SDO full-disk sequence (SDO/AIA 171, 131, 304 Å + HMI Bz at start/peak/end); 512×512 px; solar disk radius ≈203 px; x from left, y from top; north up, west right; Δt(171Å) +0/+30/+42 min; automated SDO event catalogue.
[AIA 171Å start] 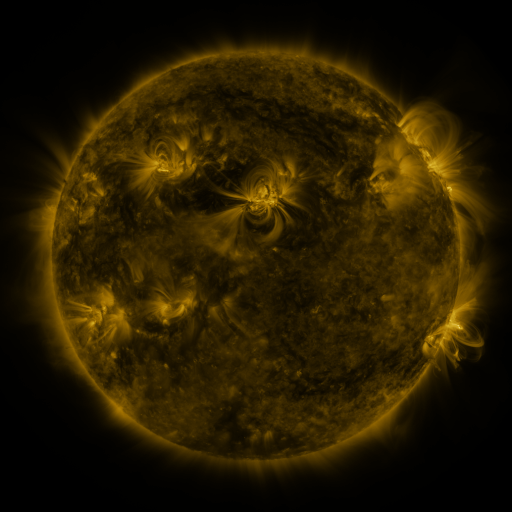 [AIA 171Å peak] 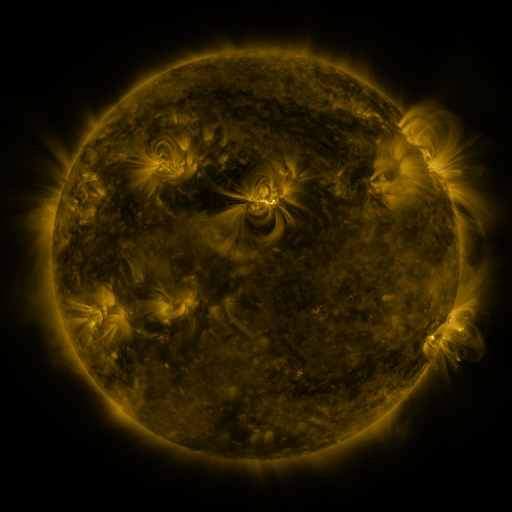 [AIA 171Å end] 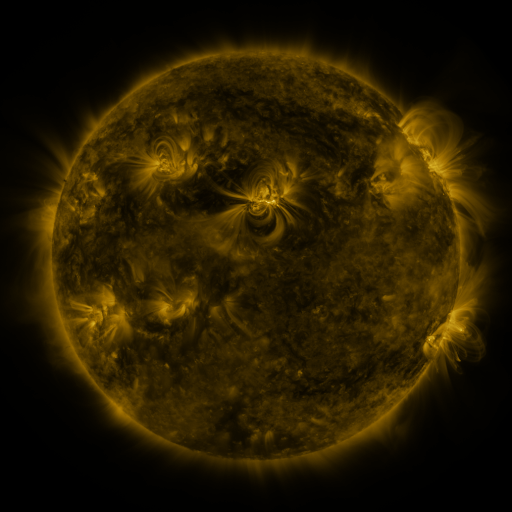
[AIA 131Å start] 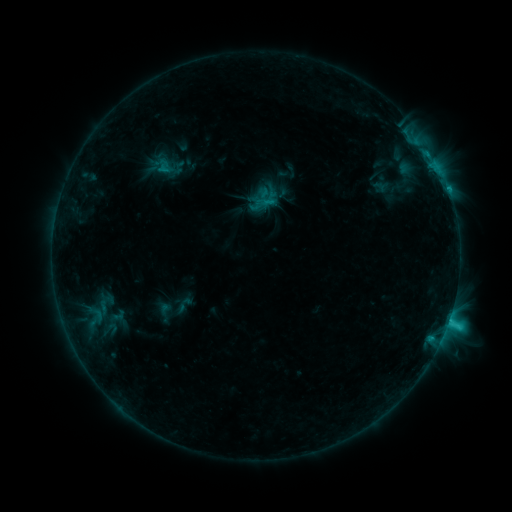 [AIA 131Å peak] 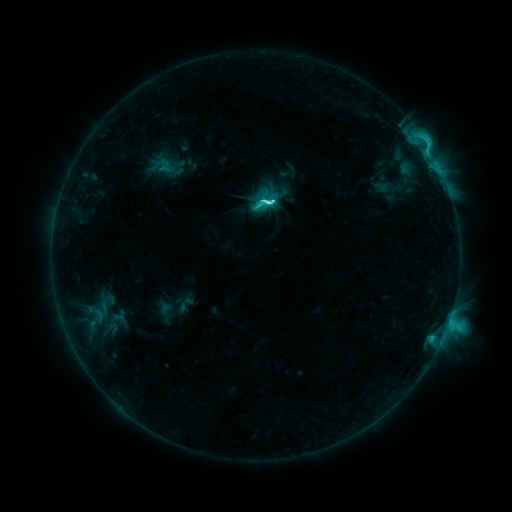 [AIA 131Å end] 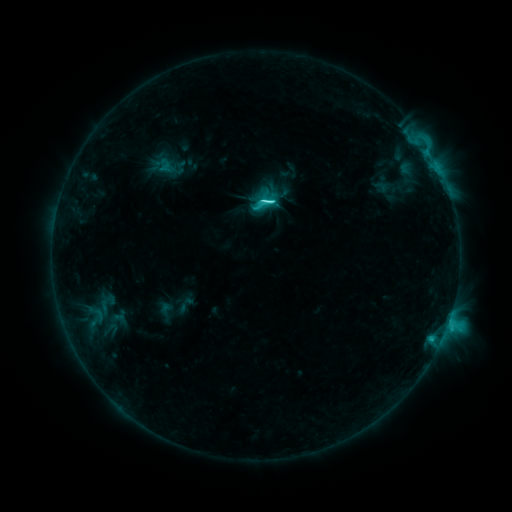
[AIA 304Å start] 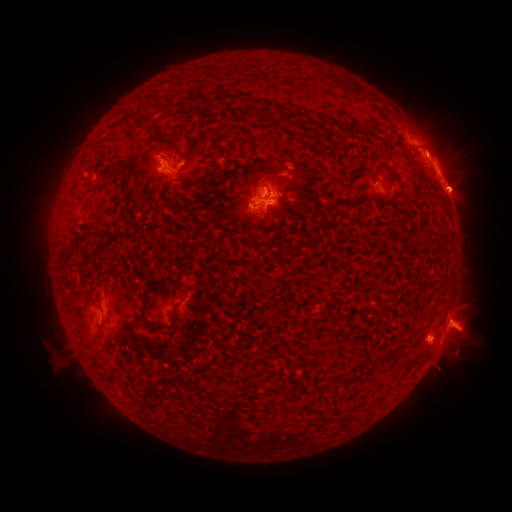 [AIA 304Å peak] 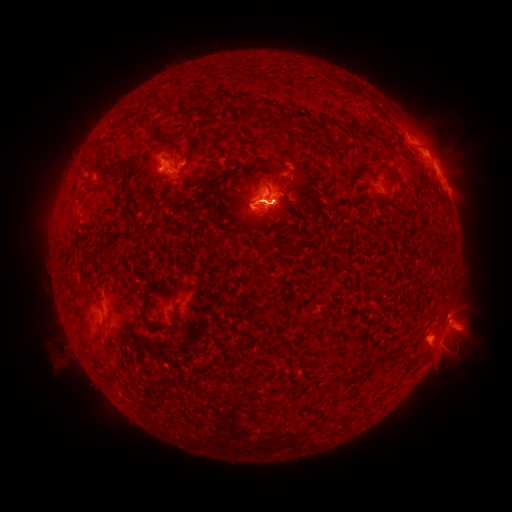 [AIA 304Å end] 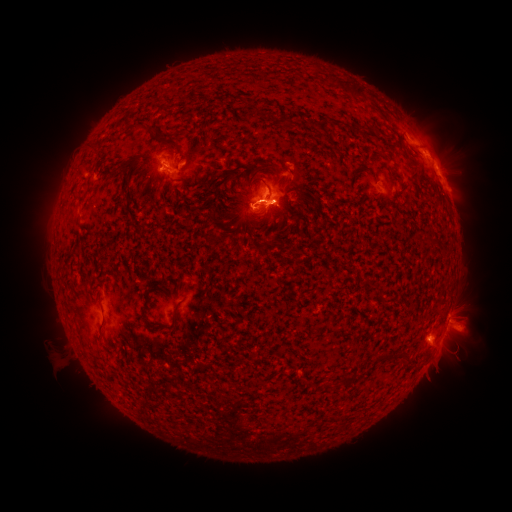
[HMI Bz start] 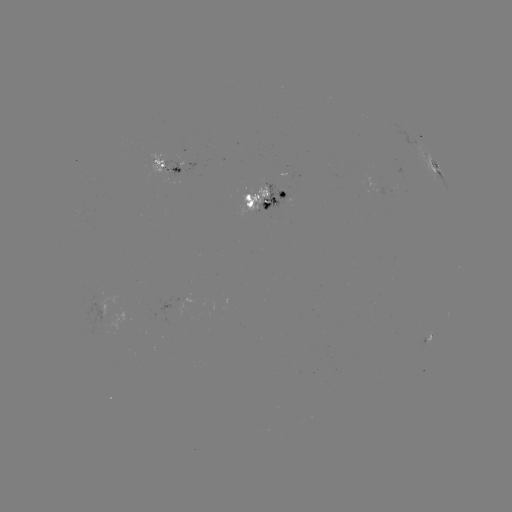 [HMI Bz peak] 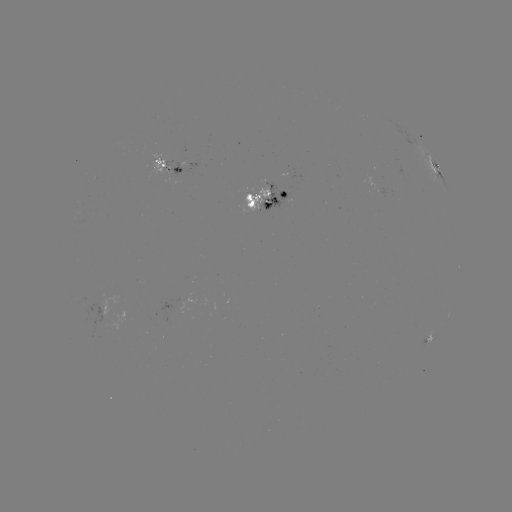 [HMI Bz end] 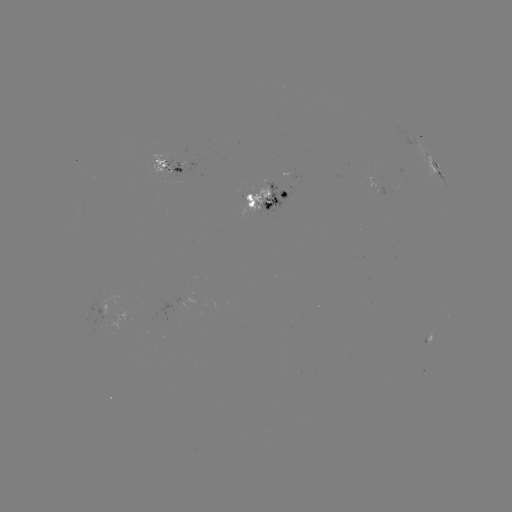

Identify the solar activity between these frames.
C9.4 flare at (270, 205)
